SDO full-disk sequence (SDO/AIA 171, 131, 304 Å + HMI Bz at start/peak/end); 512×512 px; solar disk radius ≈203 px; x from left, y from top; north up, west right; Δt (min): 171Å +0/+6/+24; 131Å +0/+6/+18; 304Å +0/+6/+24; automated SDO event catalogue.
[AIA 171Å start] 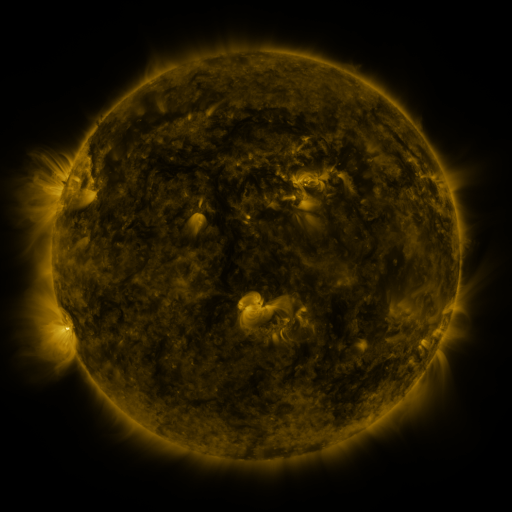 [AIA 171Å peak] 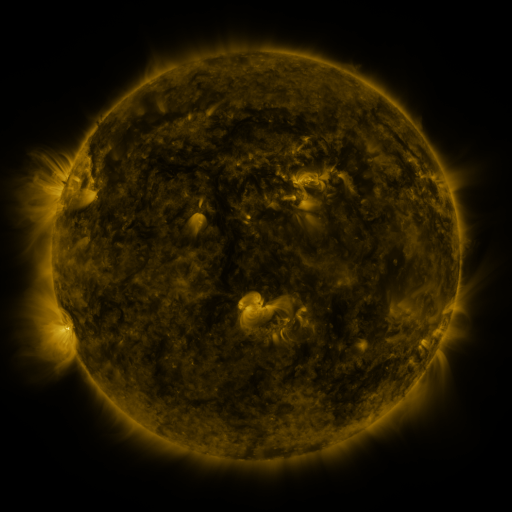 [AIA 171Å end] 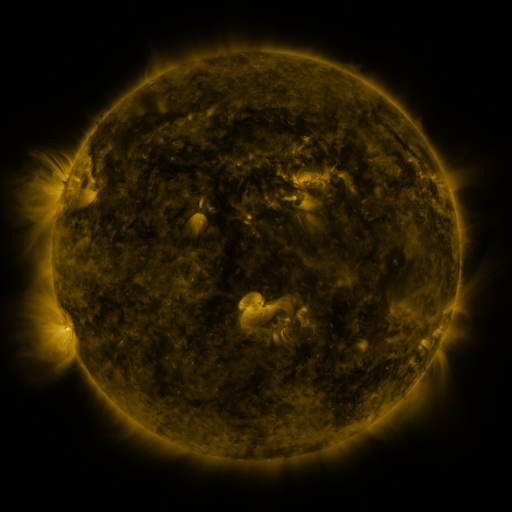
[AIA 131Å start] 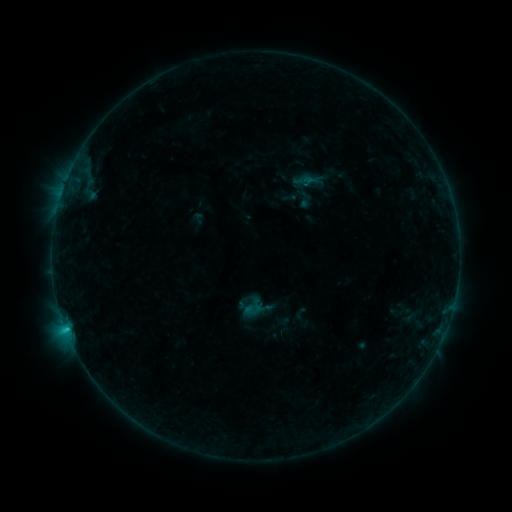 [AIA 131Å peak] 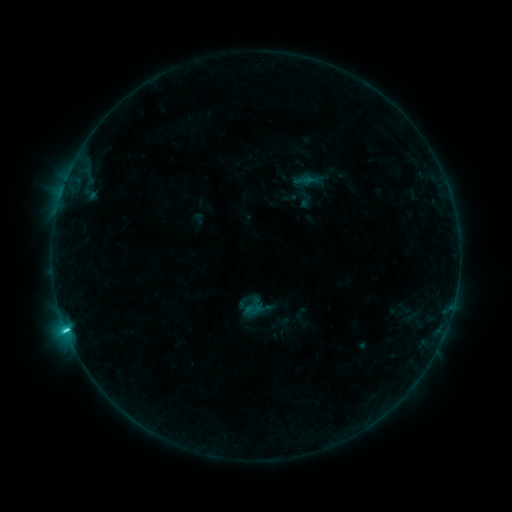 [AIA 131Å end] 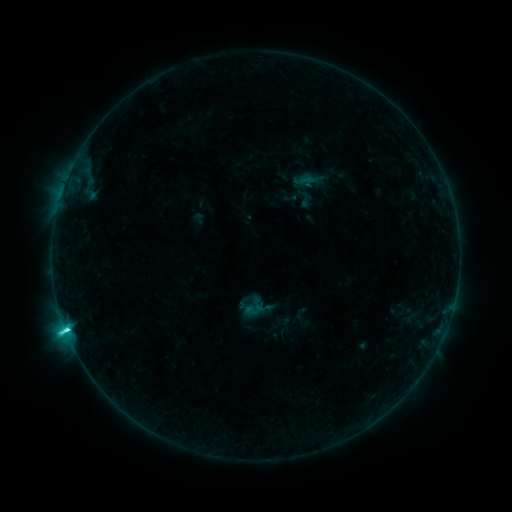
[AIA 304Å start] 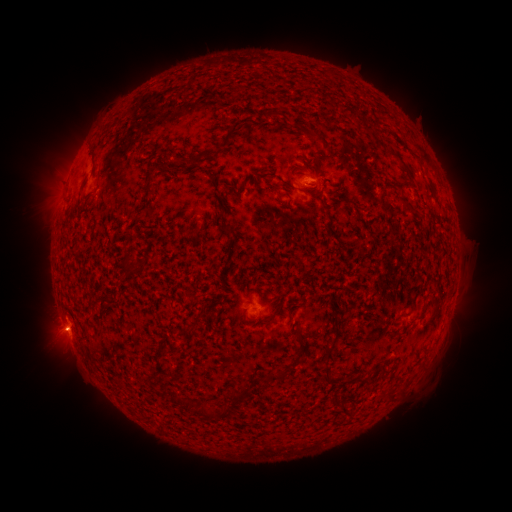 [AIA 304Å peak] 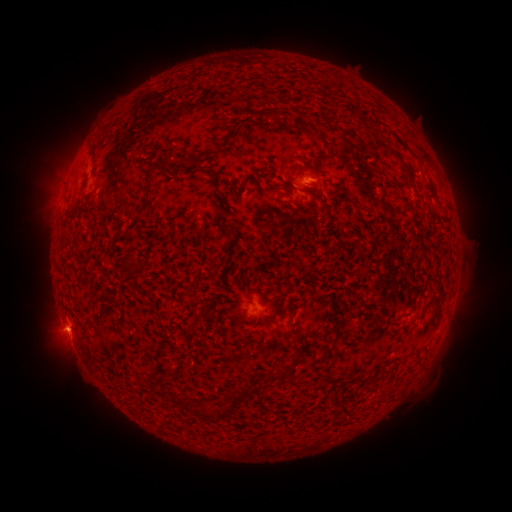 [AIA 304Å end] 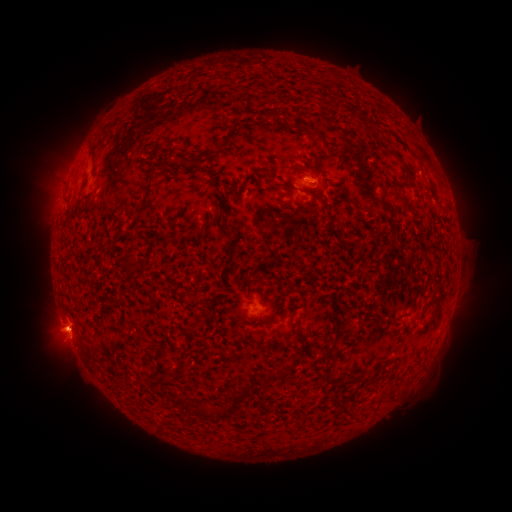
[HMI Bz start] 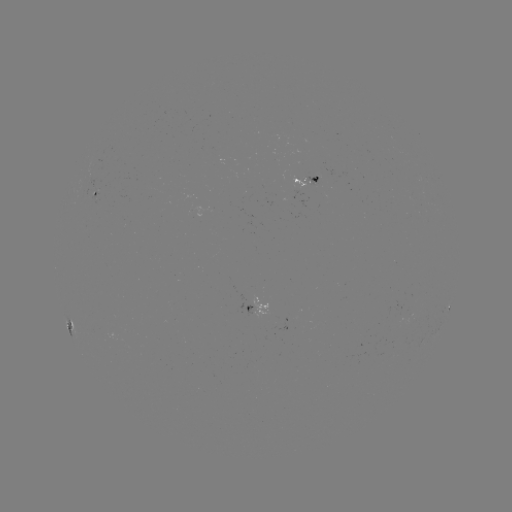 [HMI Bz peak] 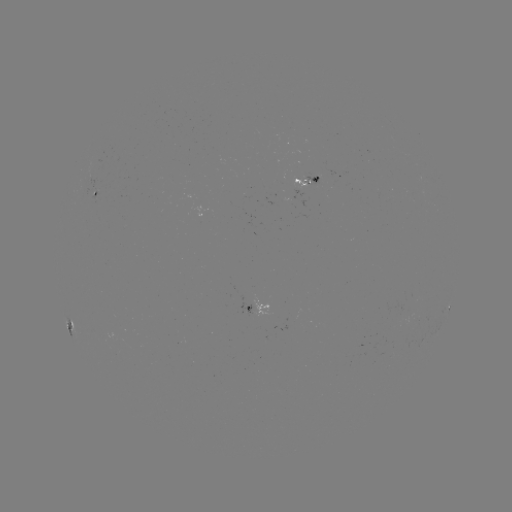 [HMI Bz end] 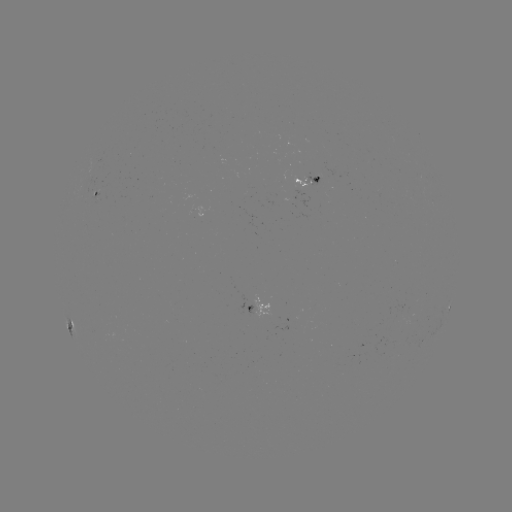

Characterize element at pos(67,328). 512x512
C8.3 flare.